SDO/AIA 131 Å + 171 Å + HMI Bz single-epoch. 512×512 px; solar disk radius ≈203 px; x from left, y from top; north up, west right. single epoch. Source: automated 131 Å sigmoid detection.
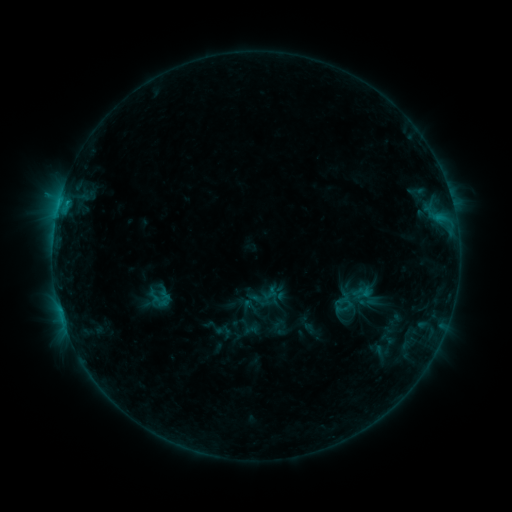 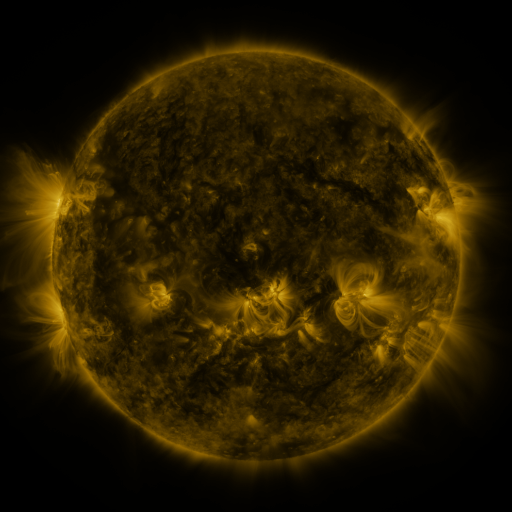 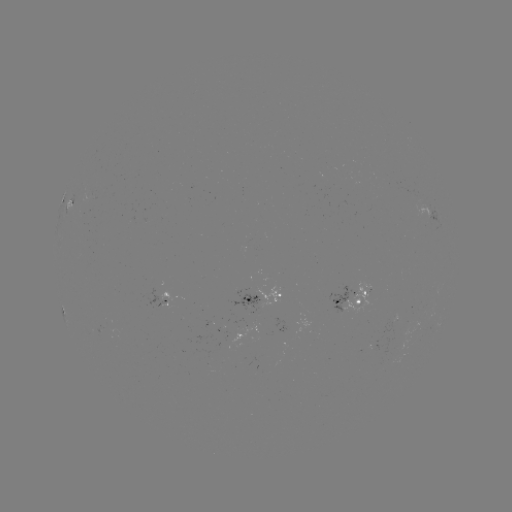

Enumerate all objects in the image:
sigmoid: <bbox>142, 286, 174, 312</bbox>
